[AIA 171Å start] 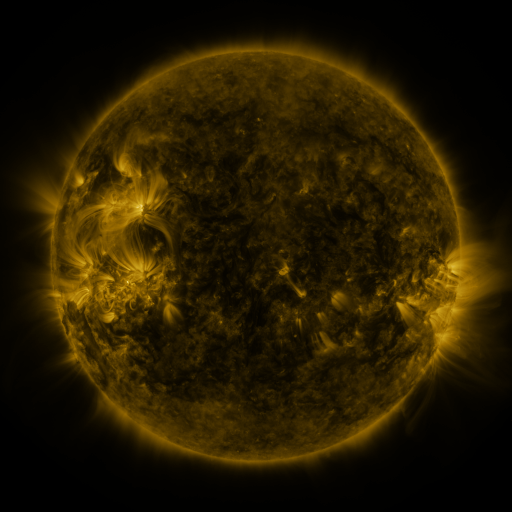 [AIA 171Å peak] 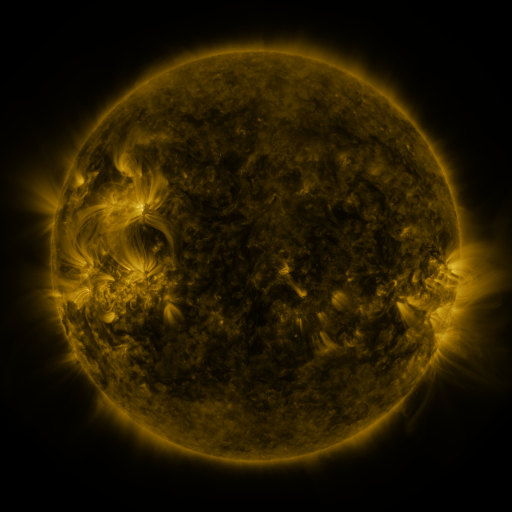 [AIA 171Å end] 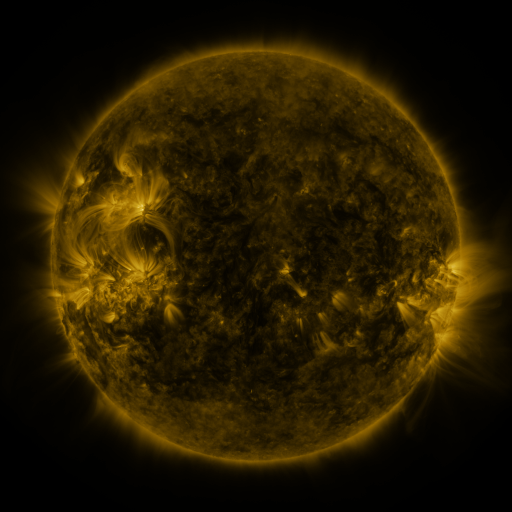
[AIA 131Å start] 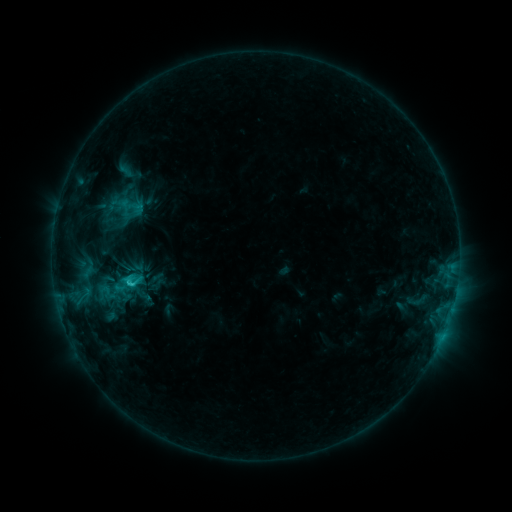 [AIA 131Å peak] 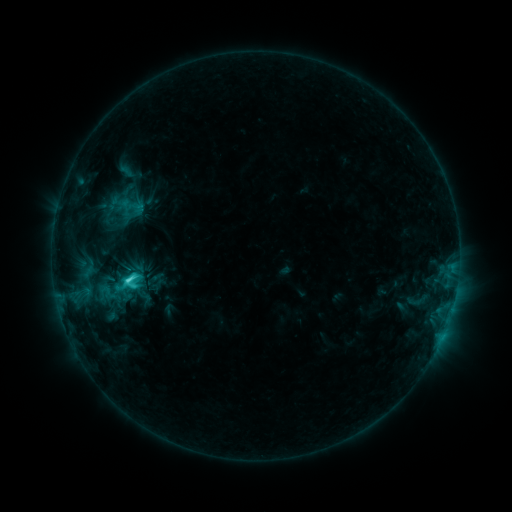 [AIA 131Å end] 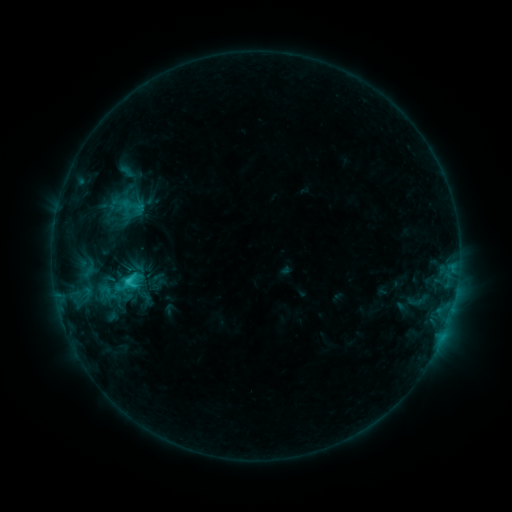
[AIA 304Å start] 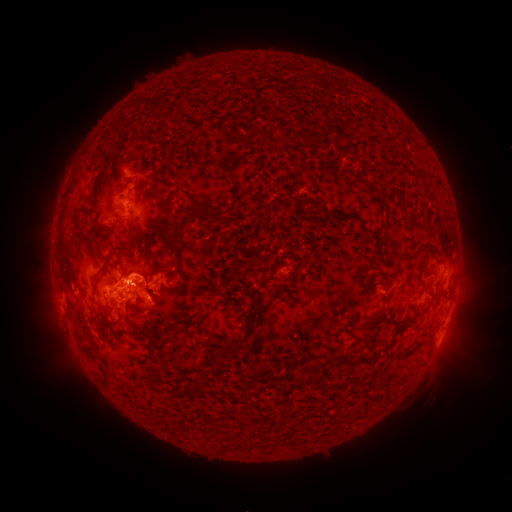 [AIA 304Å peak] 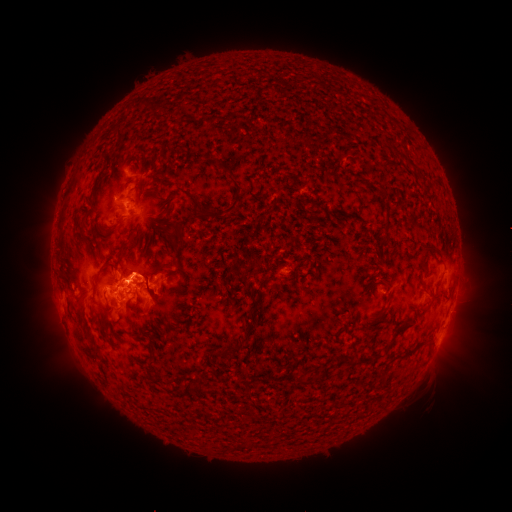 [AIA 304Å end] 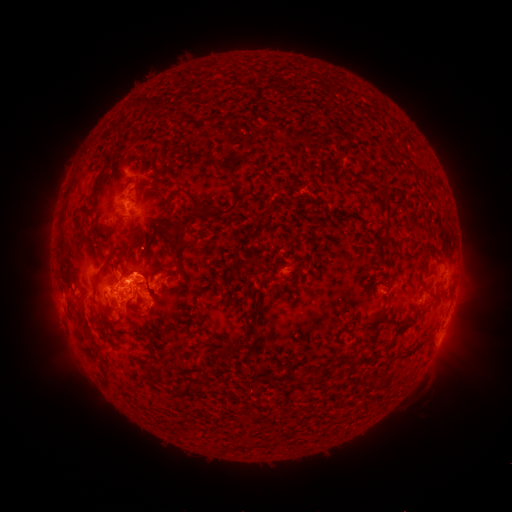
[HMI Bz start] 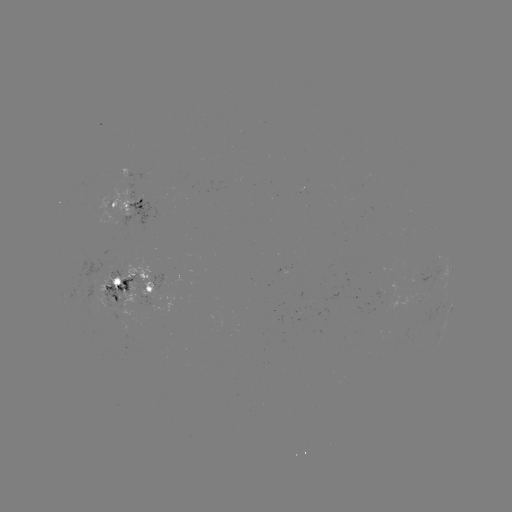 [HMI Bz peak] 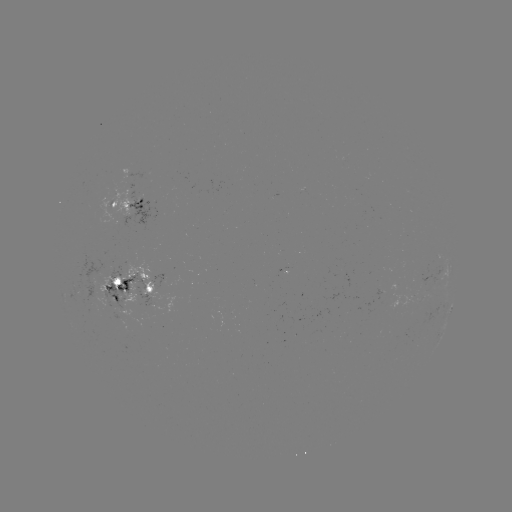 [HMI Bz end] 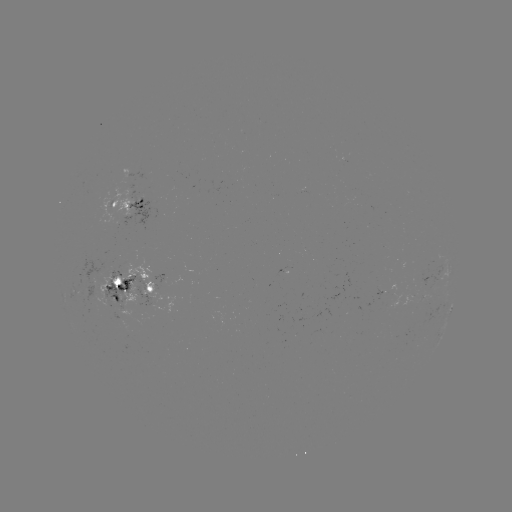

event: flare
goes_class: C3.4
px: (130, 278)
